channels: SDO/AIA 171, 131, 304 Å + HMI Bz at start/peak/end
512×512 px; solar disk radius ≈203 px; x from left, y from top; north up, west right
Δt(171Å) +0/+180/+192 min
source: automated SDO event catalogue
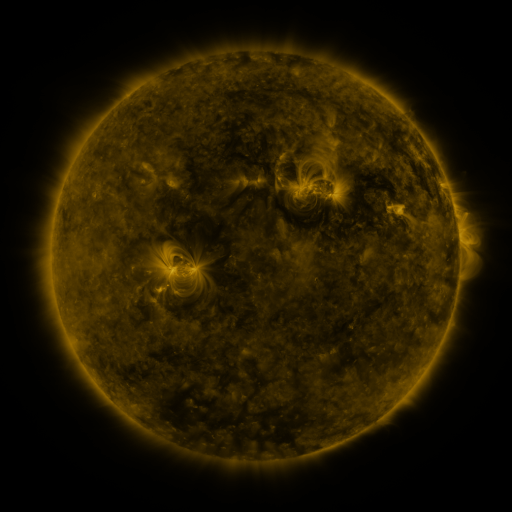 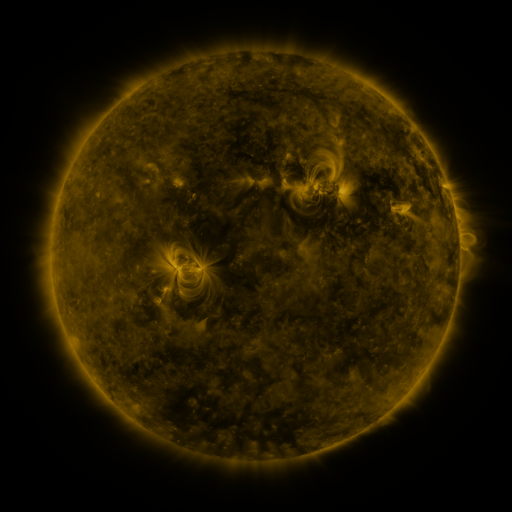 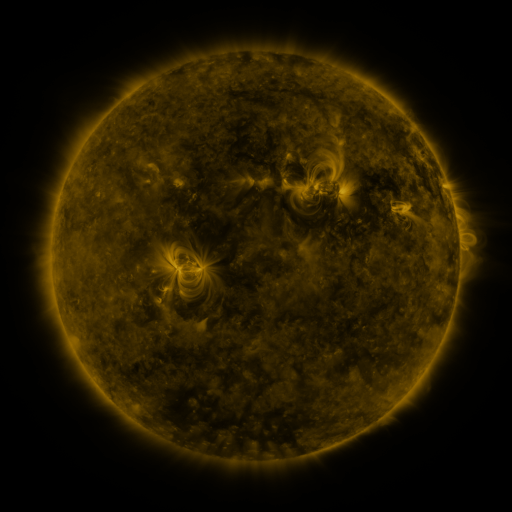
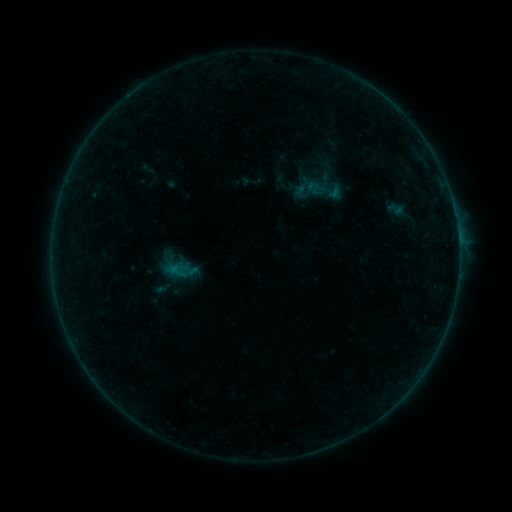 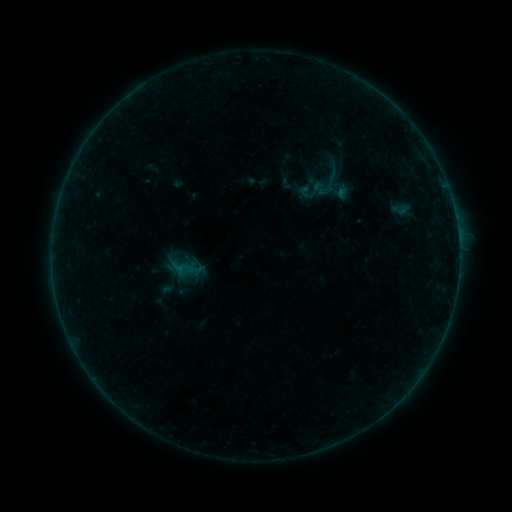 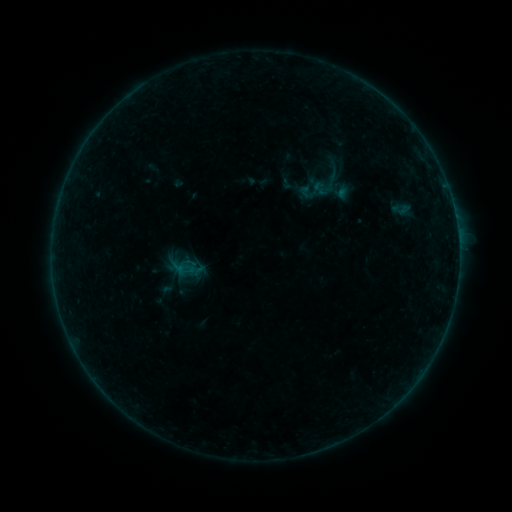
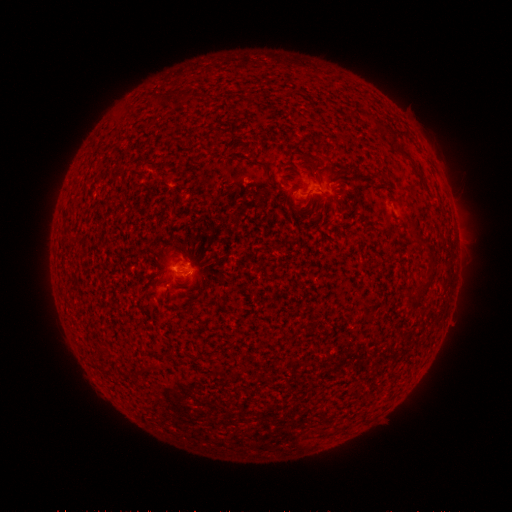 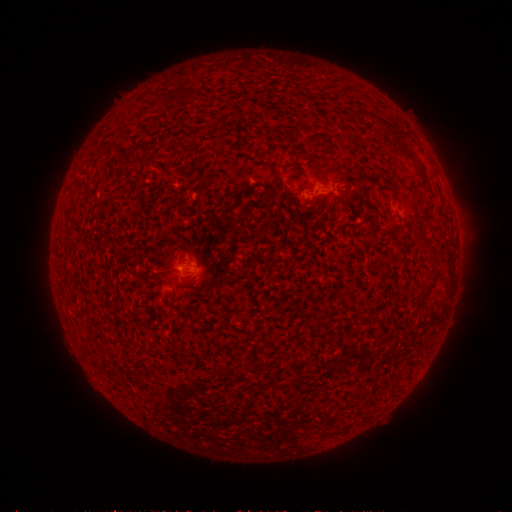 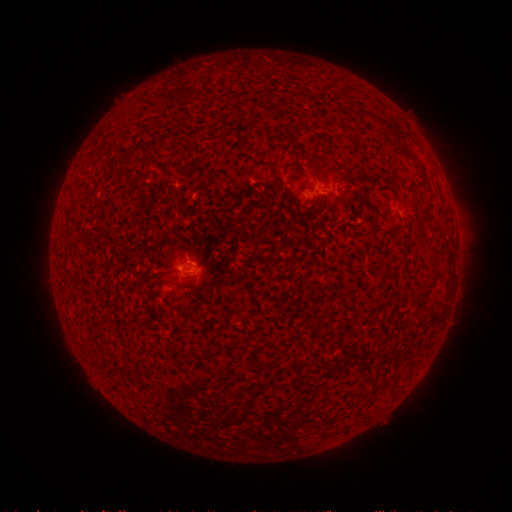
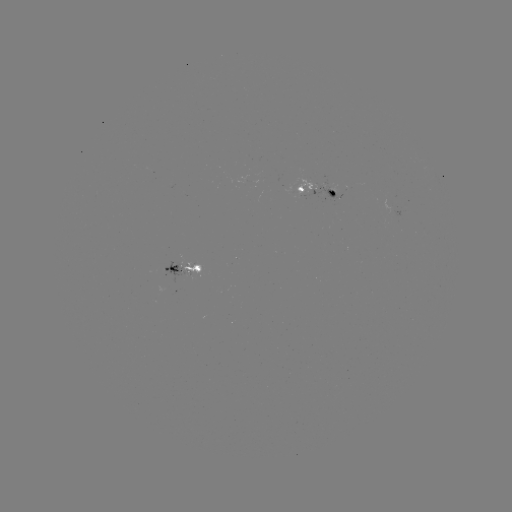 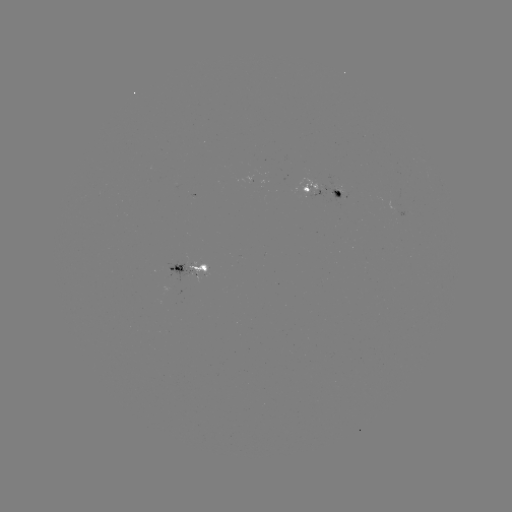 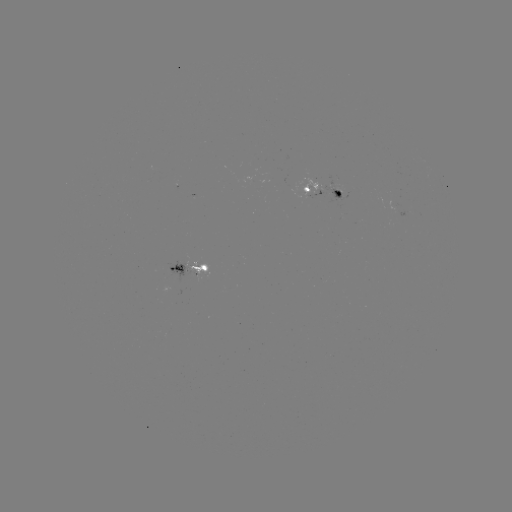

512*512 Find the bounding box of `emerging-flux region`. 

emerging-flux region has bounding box [168, 262, 201, 282].